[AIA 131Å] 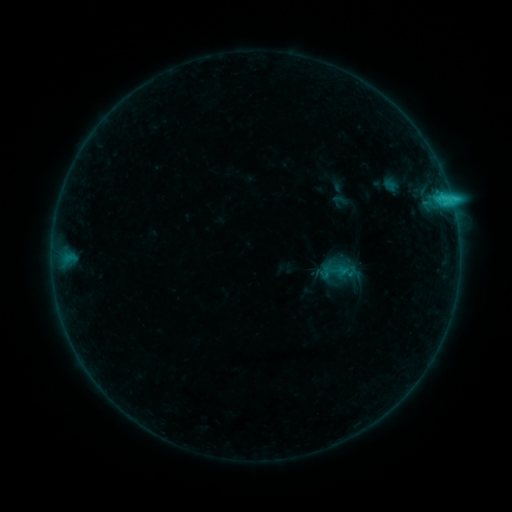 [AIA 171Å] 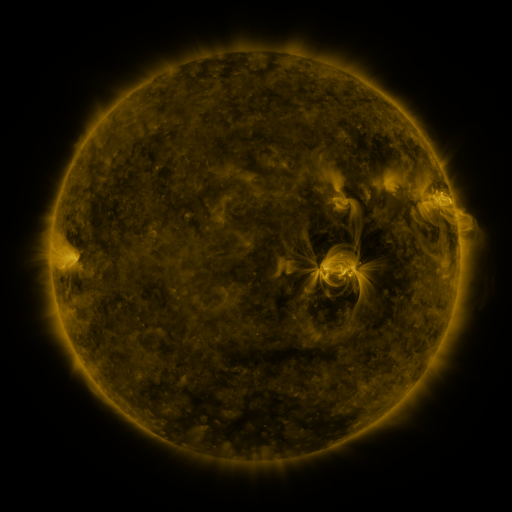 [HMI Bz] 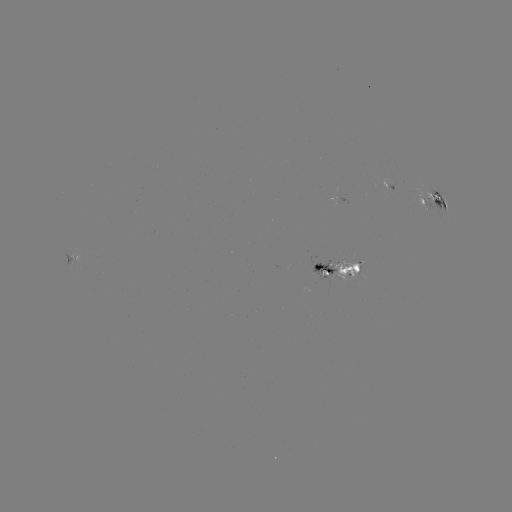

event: sigmoid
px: (325, 273)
